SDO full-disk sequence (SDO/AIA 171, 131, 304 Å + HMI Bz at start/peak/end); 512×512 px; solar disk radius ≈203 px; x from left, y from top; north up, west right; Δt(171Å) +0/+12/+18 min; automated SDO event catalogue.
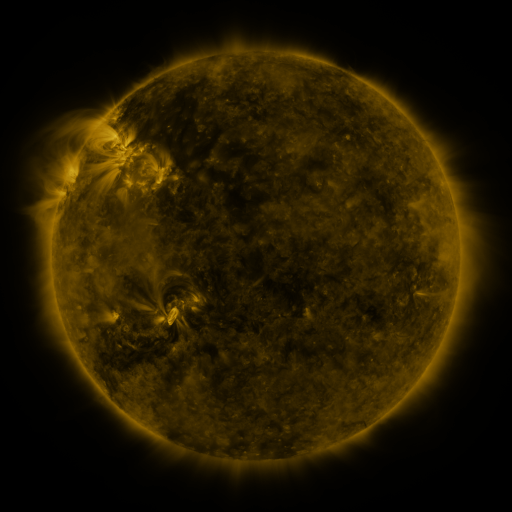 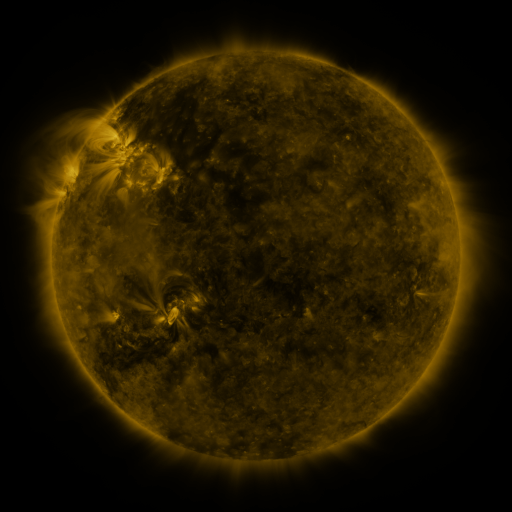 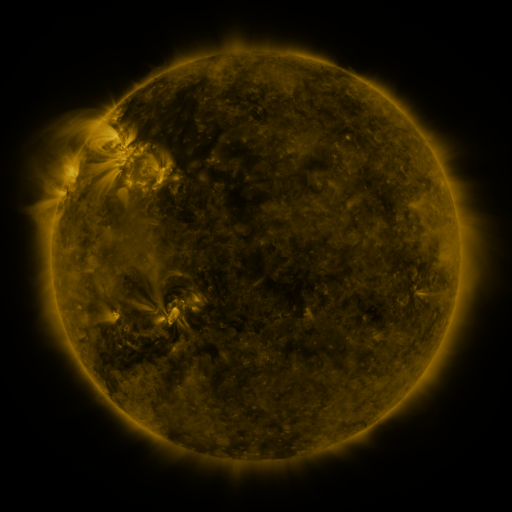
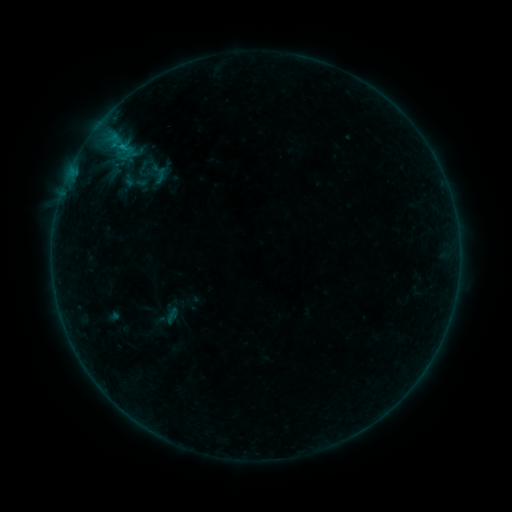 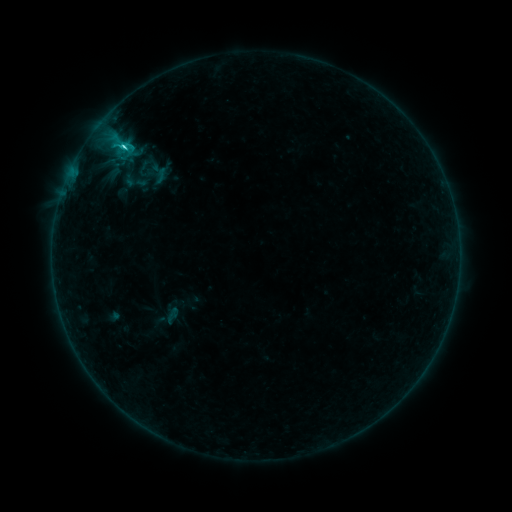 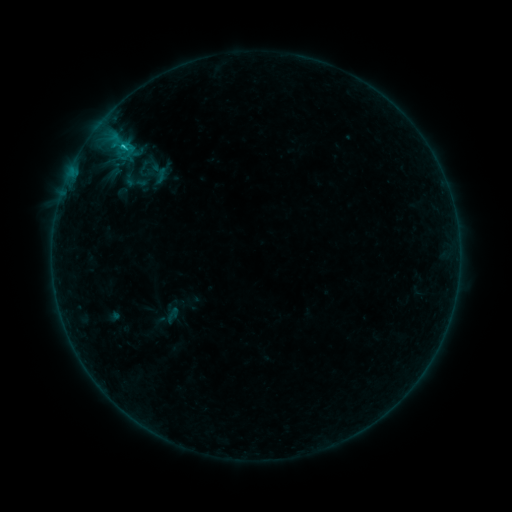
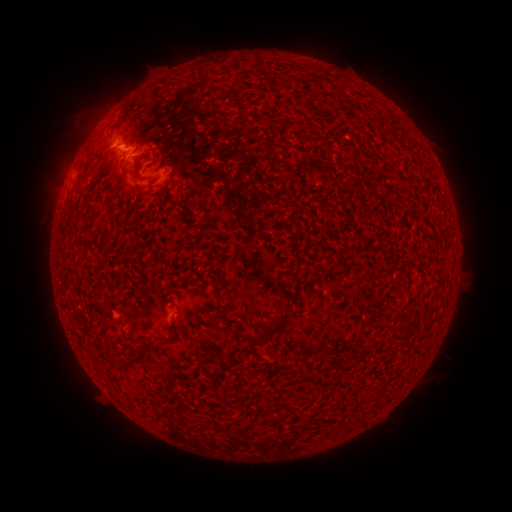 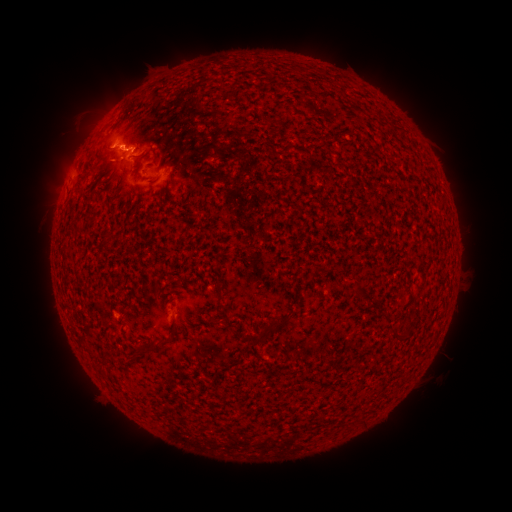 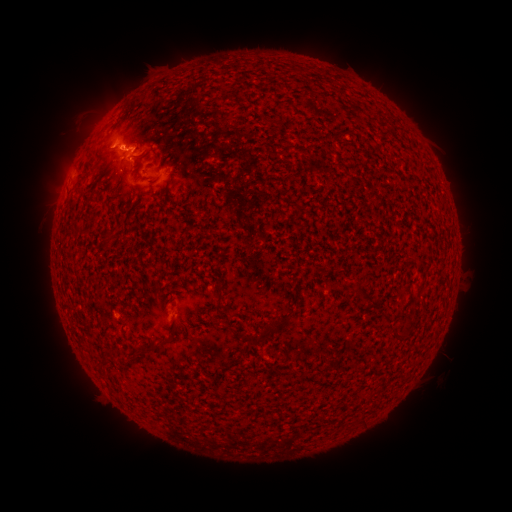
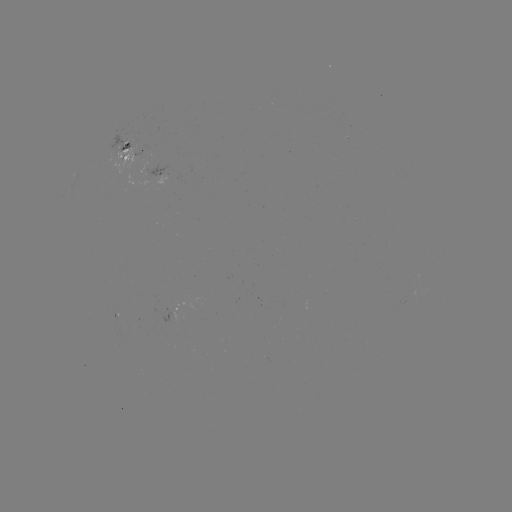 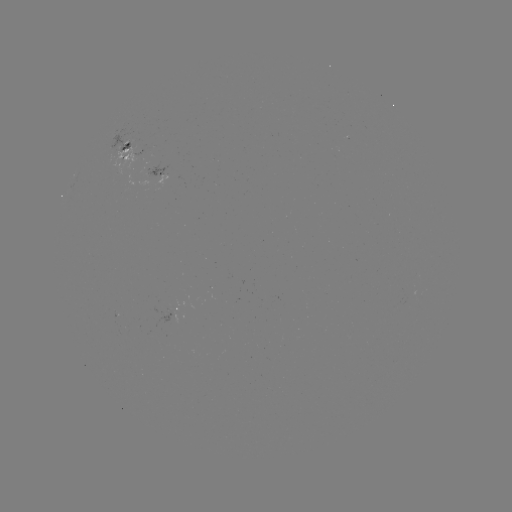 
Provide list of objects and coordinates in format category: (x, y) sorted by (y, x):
C2.0 flare: (125, 148)
